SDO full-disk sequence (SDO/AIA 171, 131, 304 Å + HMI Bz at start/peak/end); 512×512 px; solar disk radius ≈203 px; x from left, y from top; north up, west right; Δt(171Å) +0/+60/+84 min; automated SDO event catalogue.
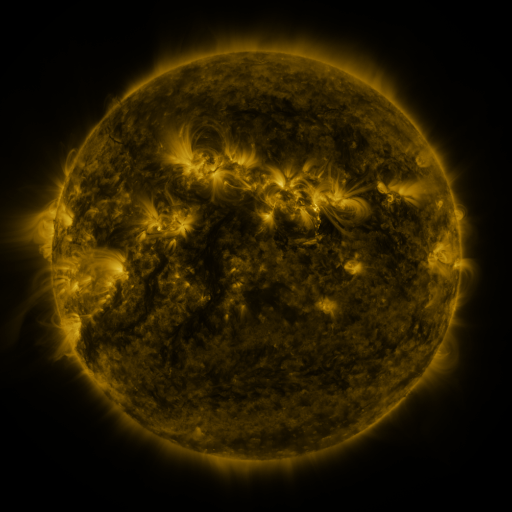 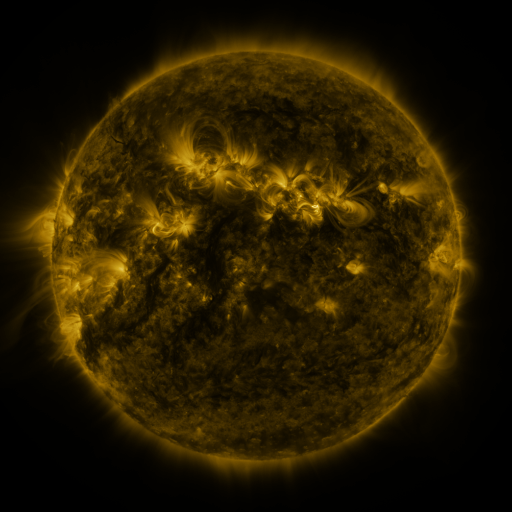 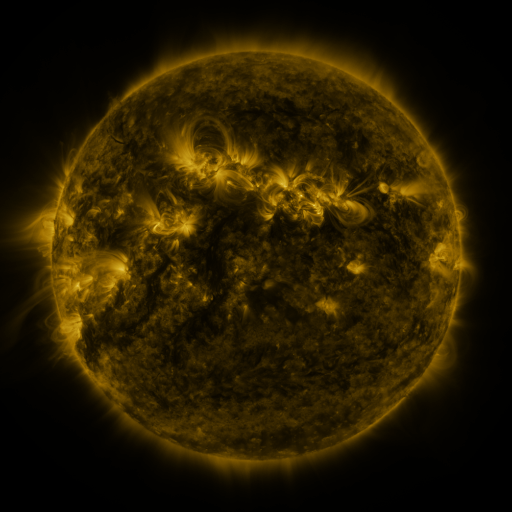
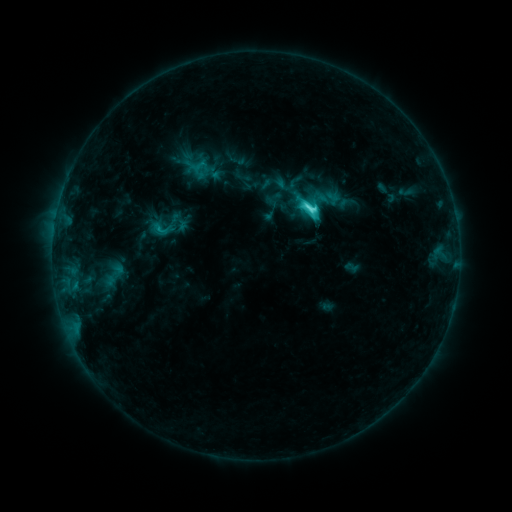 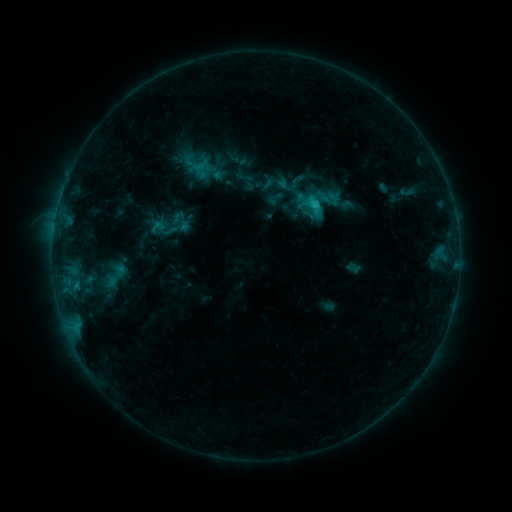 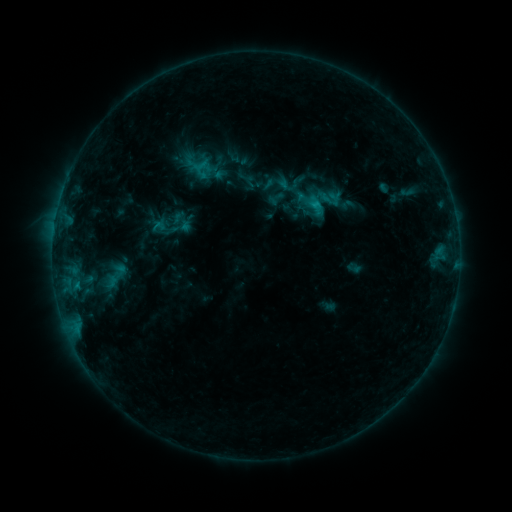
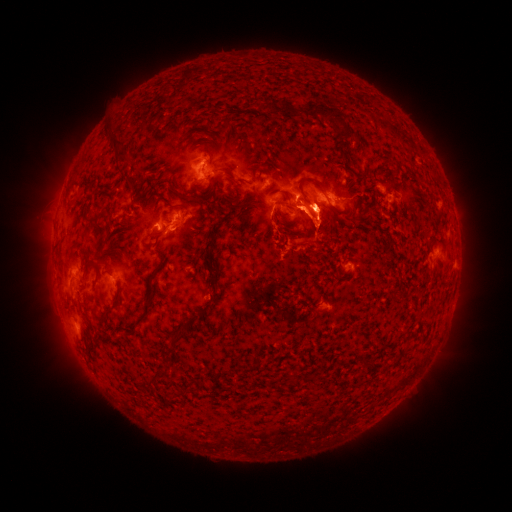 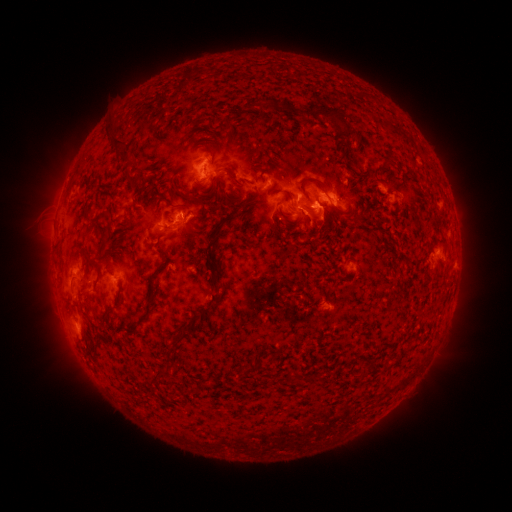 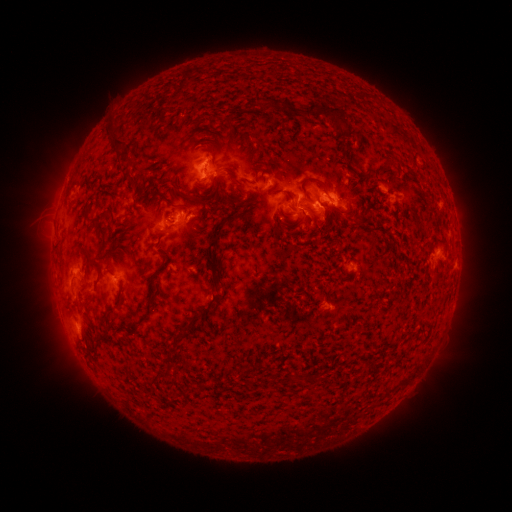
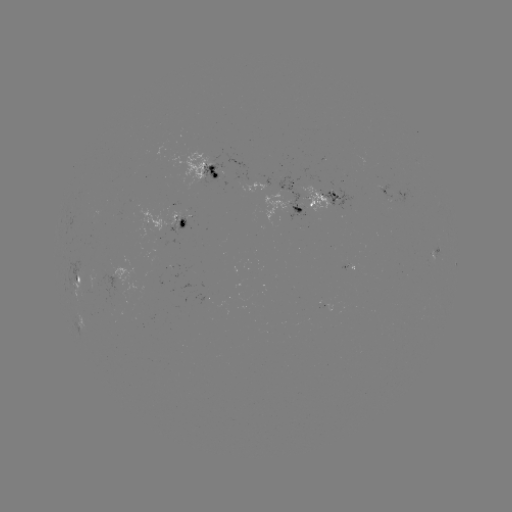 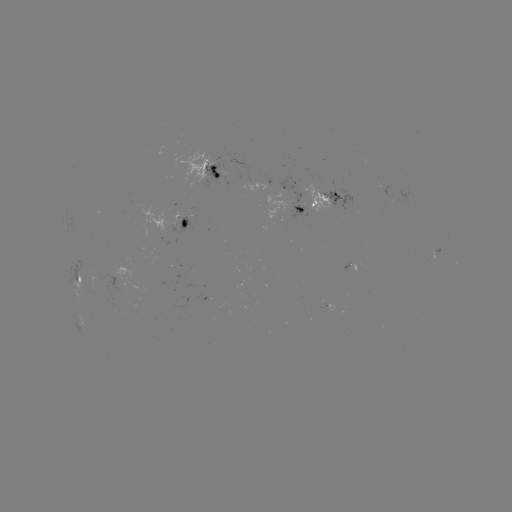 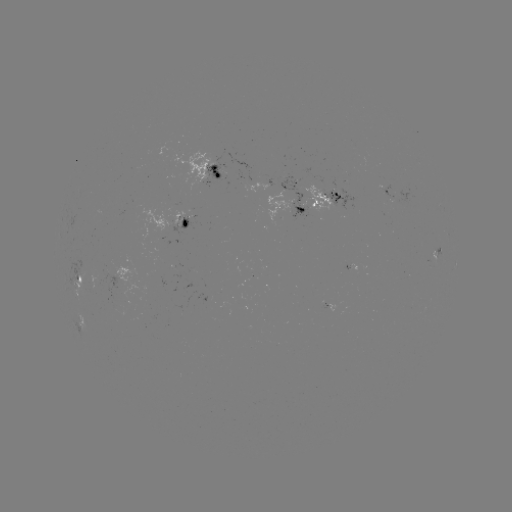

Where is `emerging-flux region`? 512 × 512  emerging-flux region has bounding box [302, 185, 333, 213].